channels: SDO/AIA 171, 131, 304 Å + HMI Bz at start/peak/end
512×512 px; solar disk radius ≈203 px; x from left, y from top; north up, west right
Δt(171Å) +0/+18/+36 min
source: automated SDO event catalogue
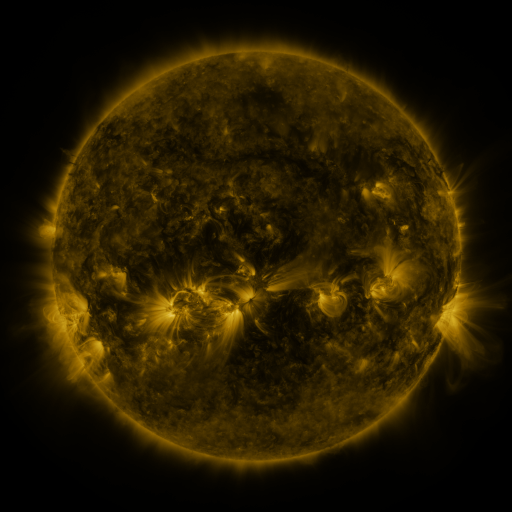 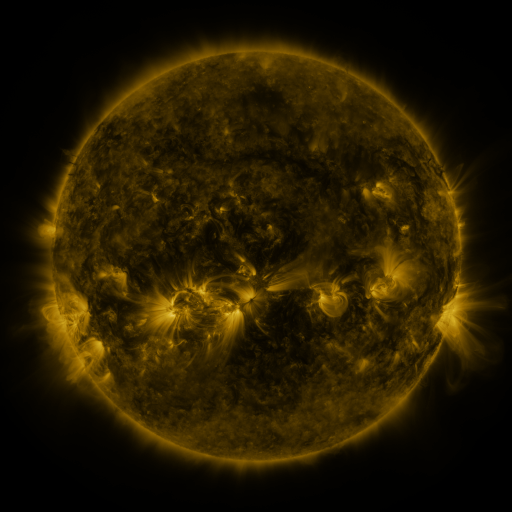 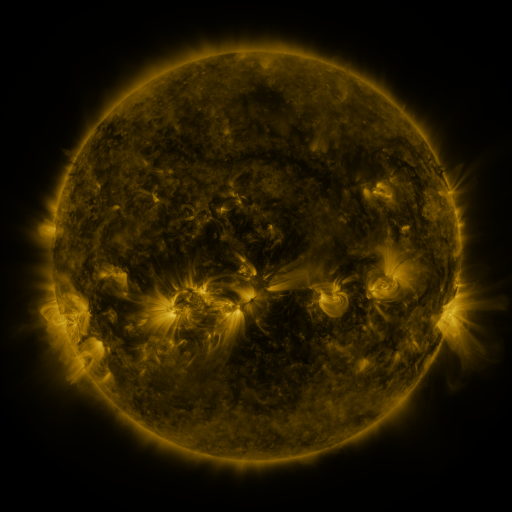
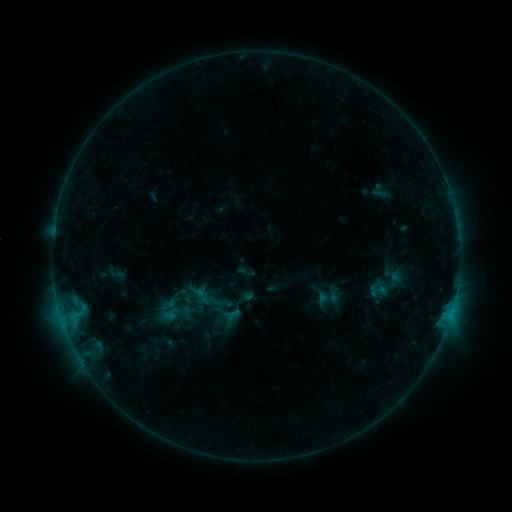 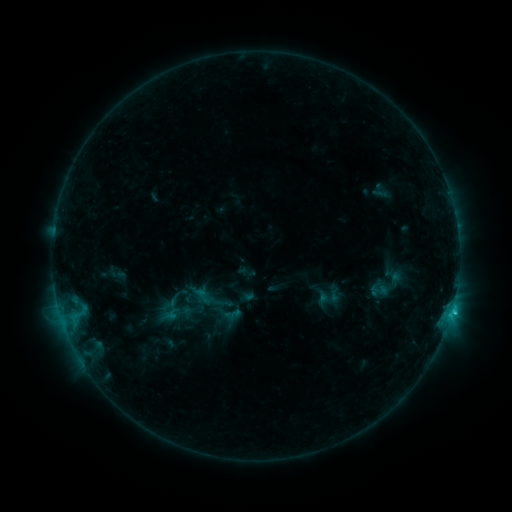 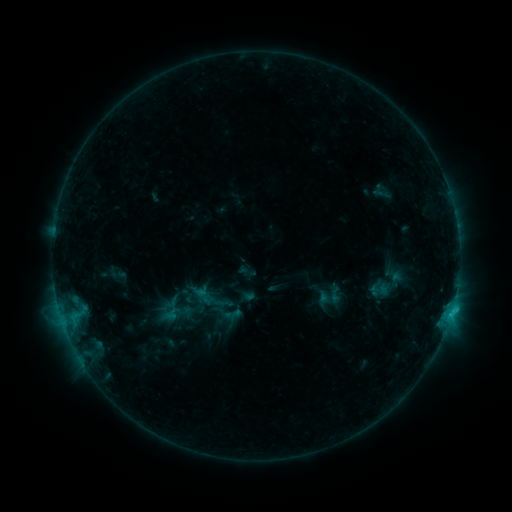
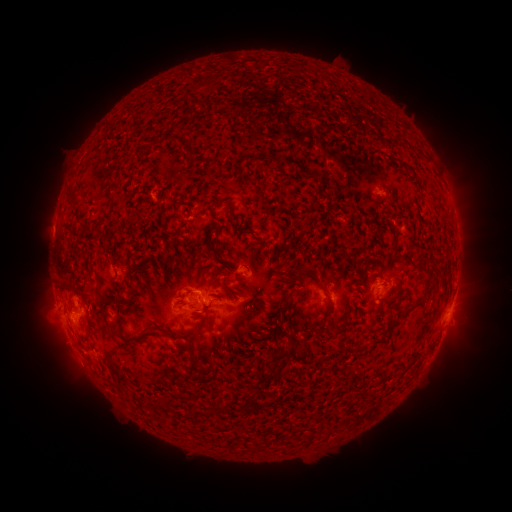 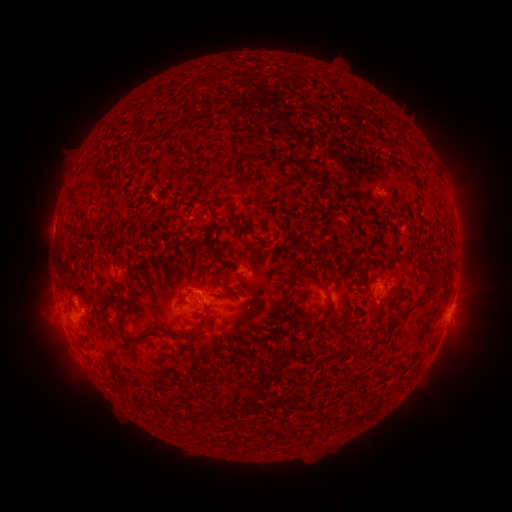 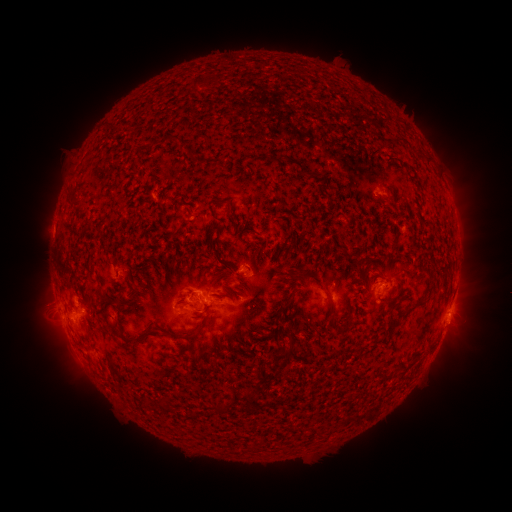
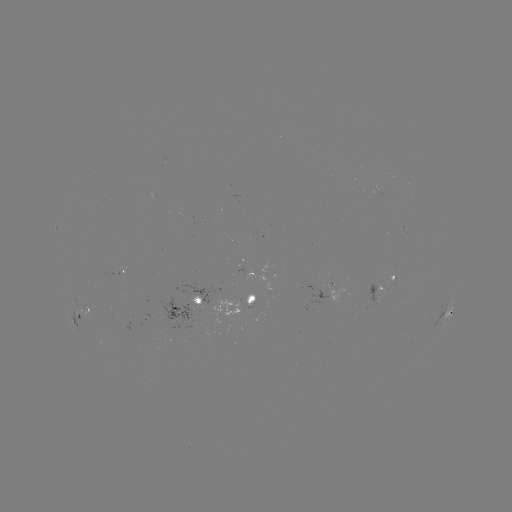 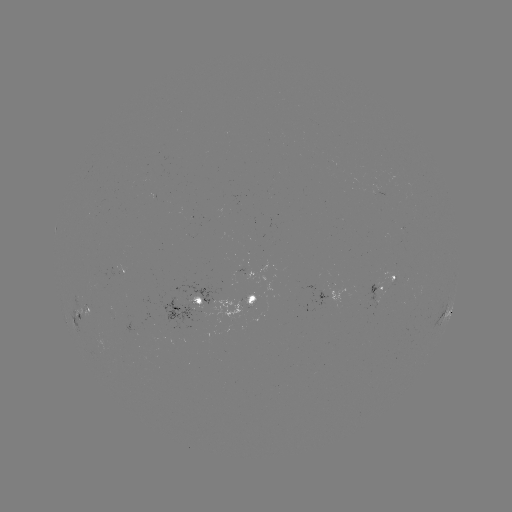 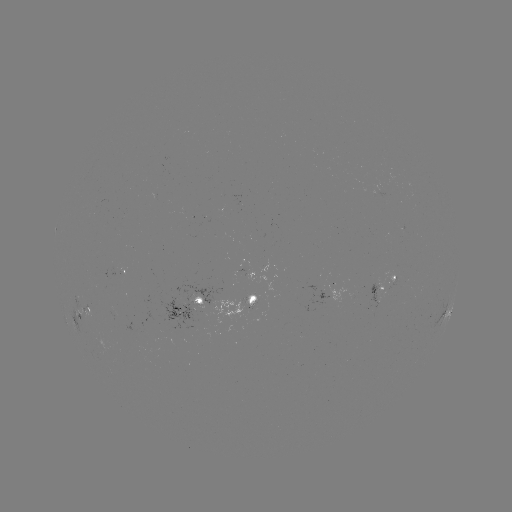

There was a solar flare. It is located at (452, 308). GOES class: C1.2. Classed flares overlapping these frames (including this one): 1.